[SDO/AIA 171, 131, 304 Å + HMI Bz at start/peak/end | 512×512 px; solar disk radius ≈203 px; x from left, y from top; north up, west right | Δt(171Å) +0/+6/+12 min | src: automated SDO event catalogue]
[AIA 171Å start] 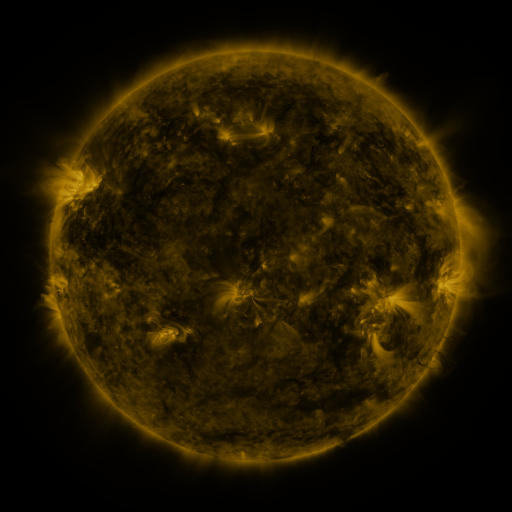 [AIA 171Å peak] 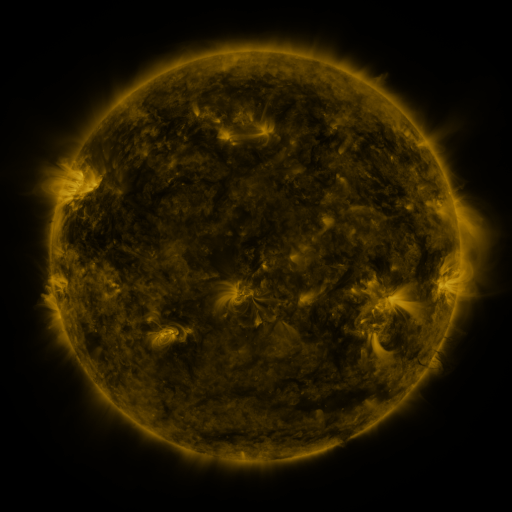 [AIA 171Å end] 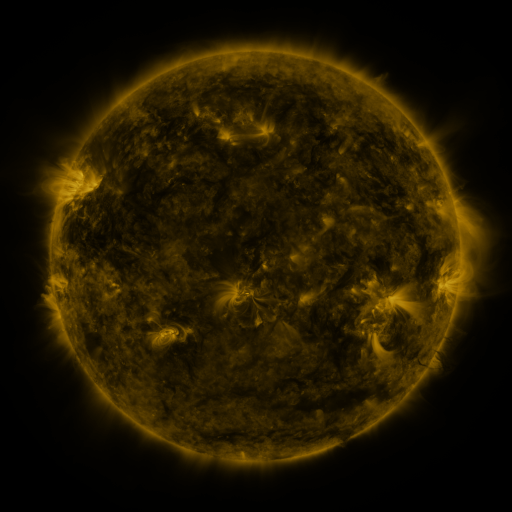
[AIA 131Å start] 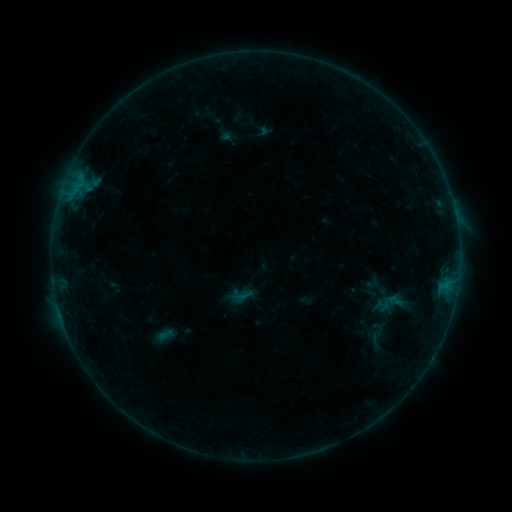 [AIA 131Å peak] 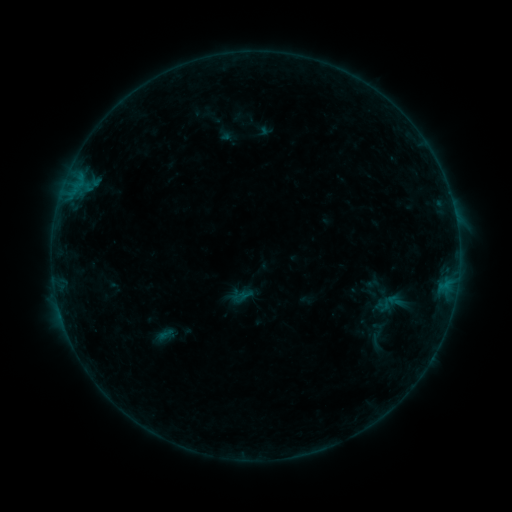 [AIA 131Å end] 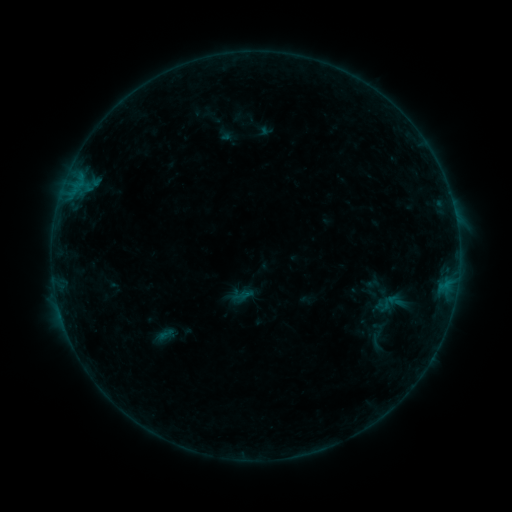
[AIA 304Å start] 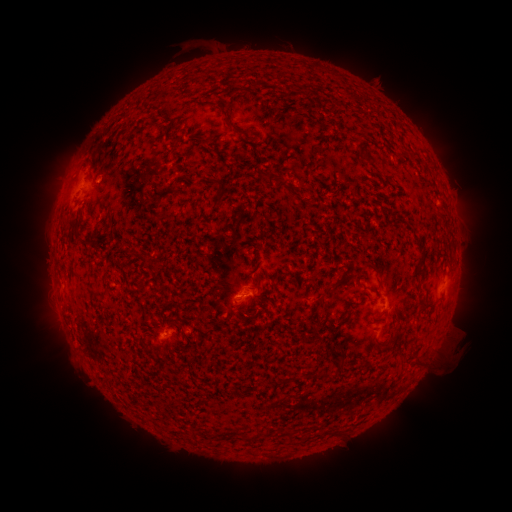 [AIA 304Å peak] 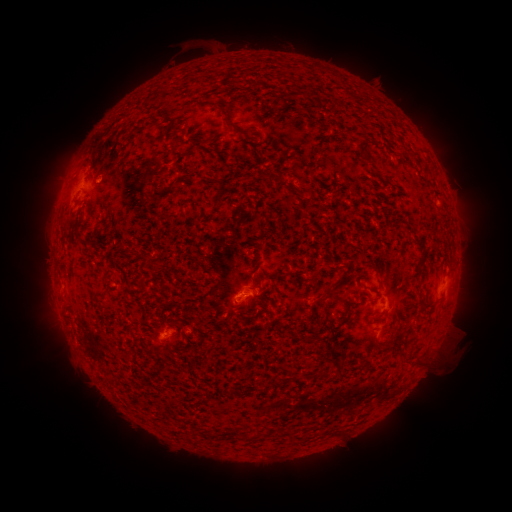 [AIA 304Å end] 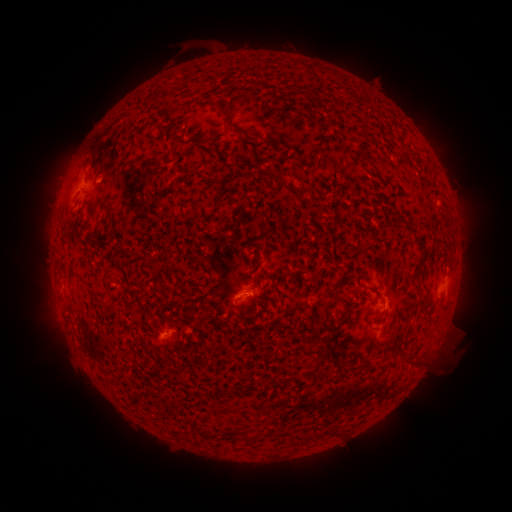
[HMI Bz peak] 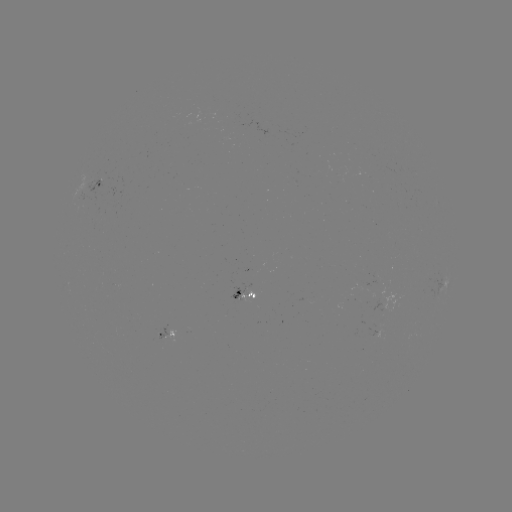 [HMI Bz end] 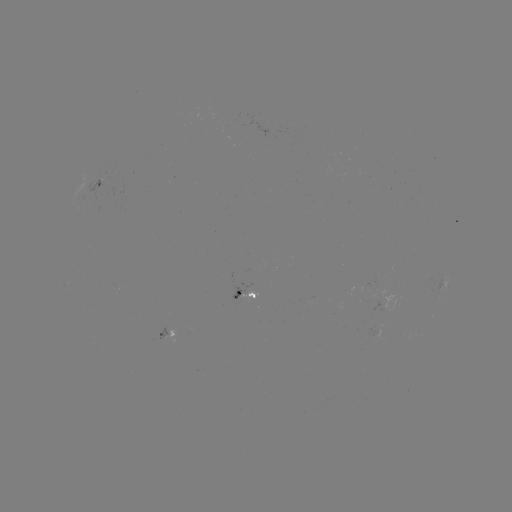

no flare in any classed list; no EUV-trigger detection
